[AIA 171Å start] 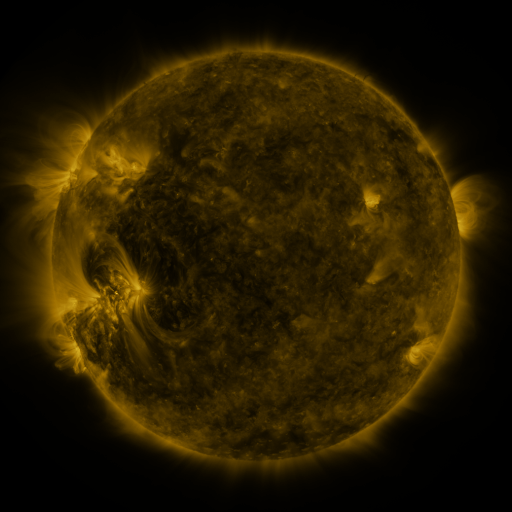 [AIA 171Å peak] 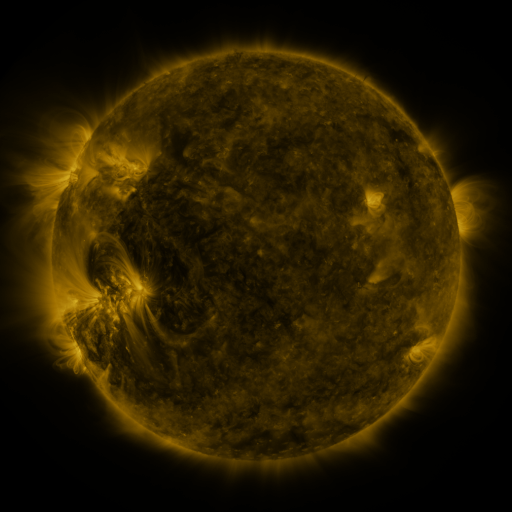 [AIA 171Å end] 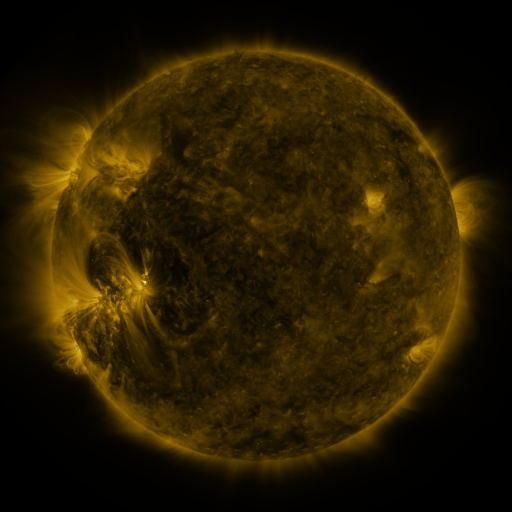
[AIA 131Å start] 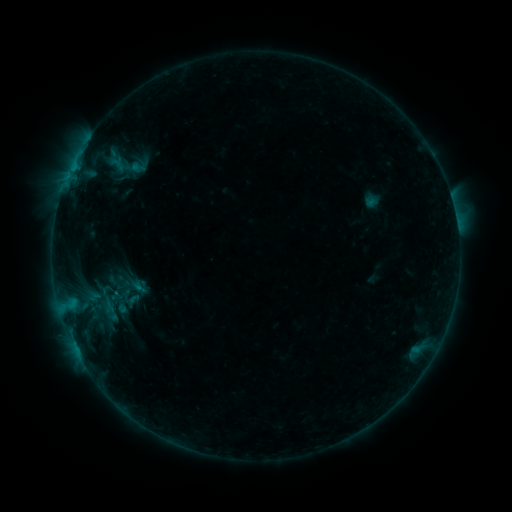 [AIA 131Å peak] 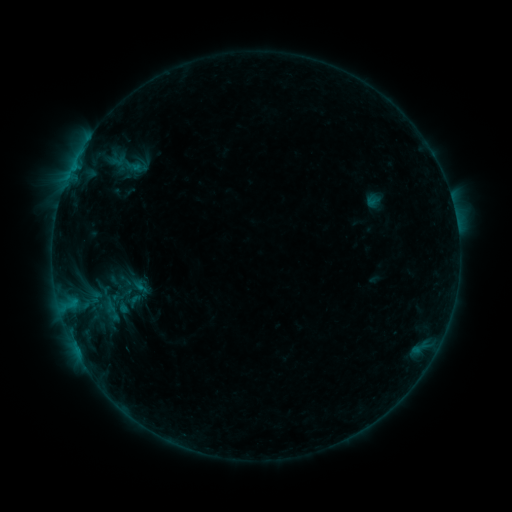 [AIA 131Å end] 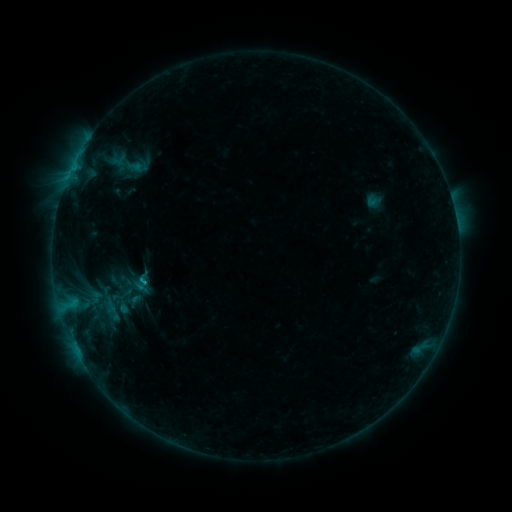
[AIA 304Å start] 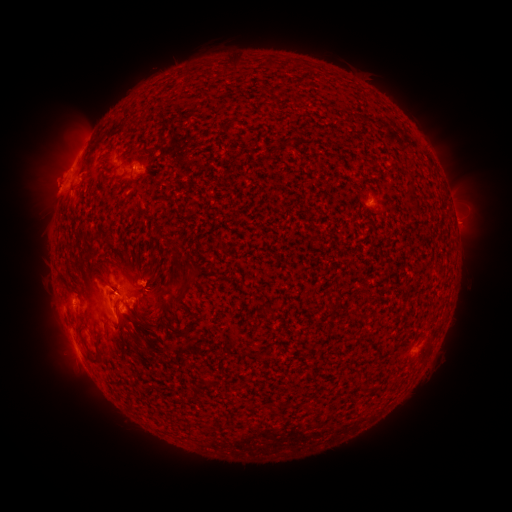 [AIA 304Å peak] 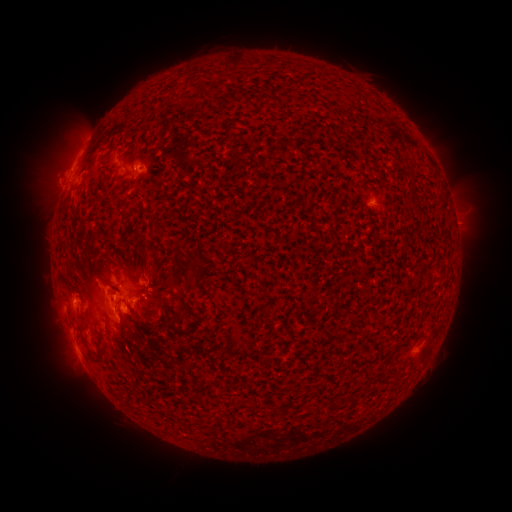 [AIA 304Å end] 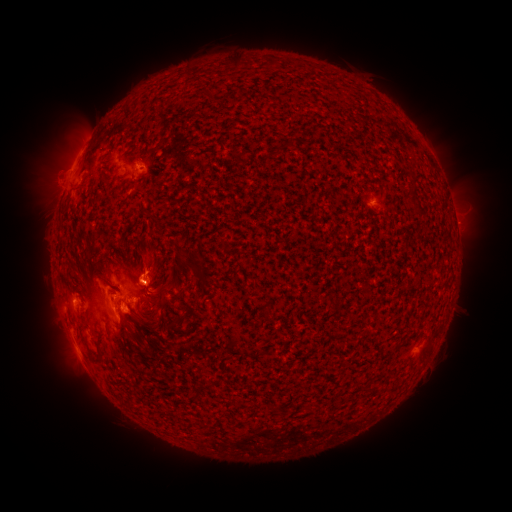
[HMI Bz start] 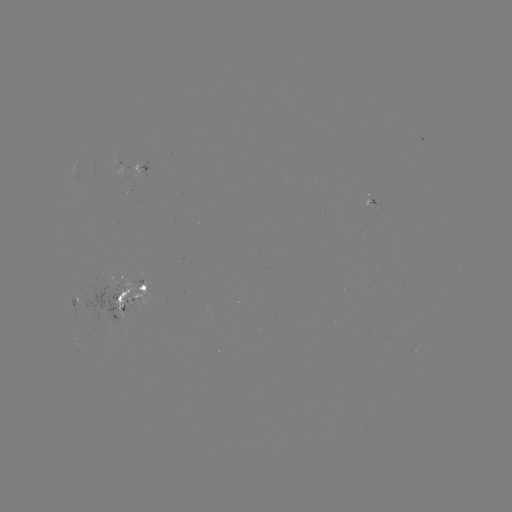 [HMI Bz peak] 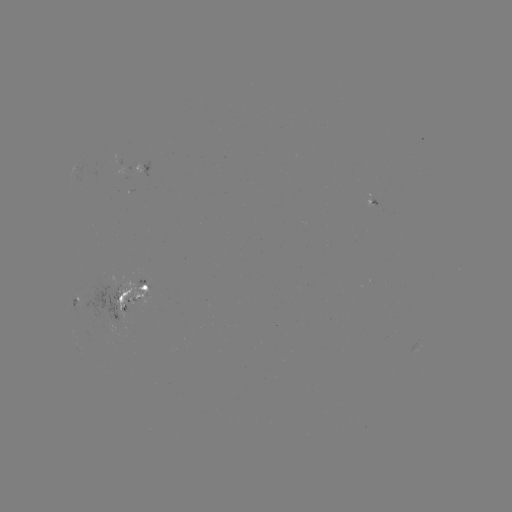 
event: emerging-flux region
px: (144, 168)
